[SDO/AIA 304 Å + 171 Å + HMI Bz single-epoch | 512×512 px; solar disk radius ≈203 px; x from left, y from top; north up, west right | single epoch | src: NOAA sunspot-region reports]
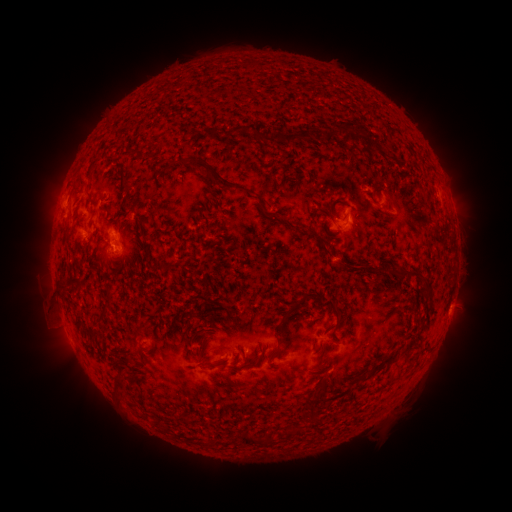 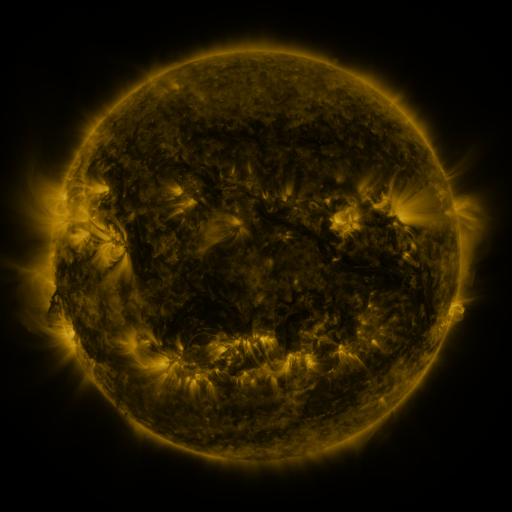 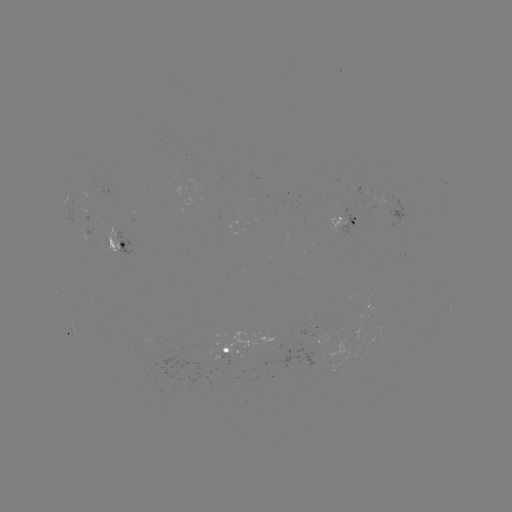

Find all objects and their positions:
spotted active region: (66, 198)
spotted active region: (135, 215)
spotted active region: (345, 221)
spotted active region: (118, 246)
spotted active region: (451, 302)
spotted active region: (239, 342)
